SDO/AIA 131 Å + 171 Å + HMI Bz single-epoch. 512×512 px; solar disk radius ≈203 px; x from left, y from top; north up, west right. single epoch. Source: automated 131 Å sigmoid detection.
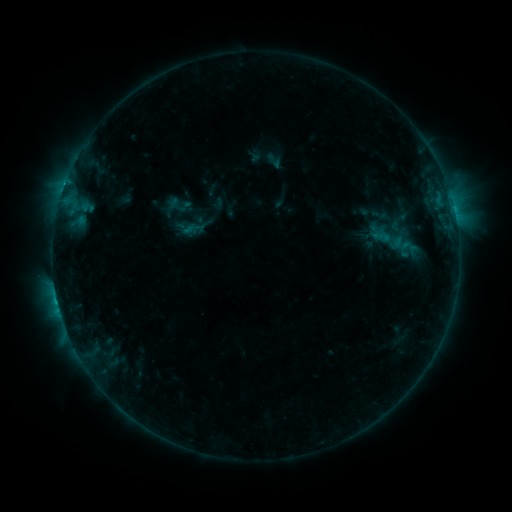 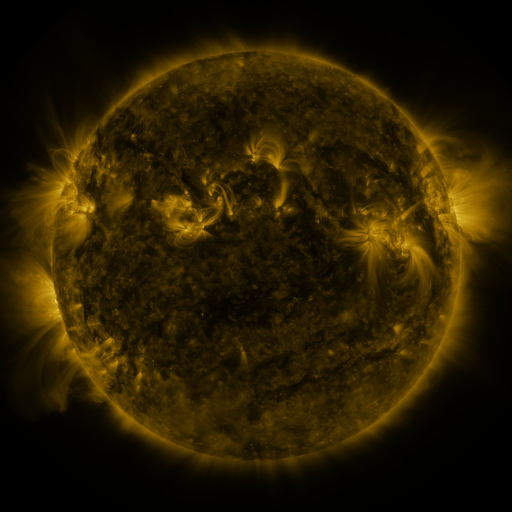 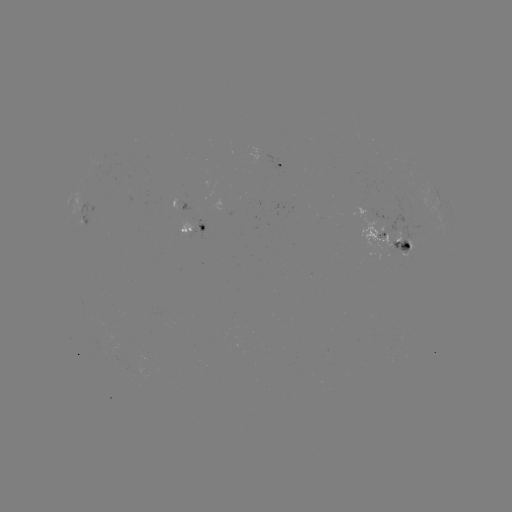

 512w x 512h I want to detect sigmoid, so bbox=[370, 224, 407, 255].